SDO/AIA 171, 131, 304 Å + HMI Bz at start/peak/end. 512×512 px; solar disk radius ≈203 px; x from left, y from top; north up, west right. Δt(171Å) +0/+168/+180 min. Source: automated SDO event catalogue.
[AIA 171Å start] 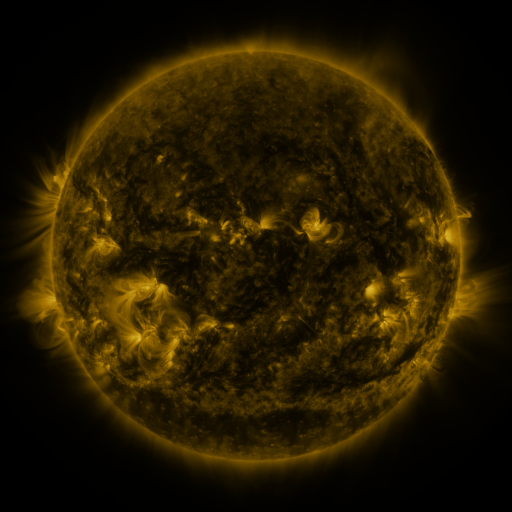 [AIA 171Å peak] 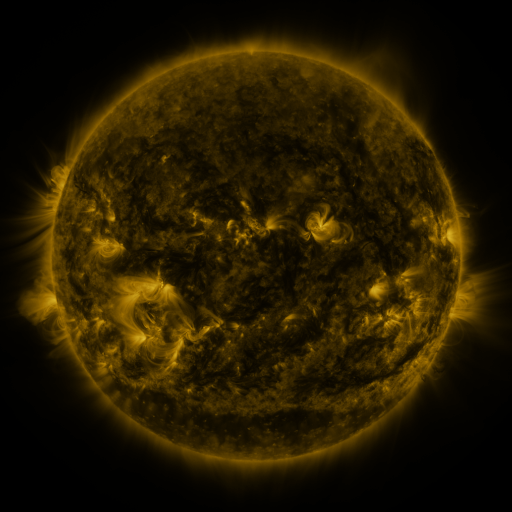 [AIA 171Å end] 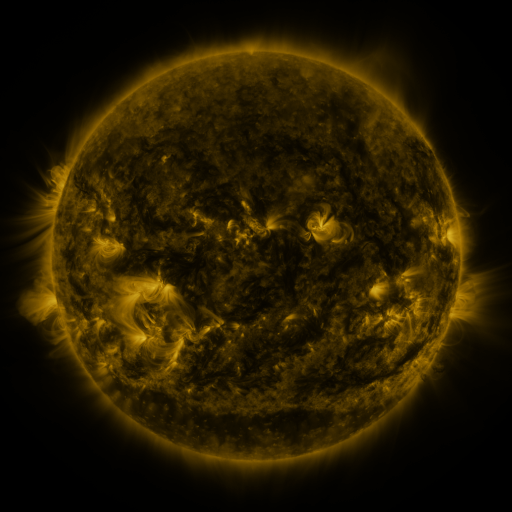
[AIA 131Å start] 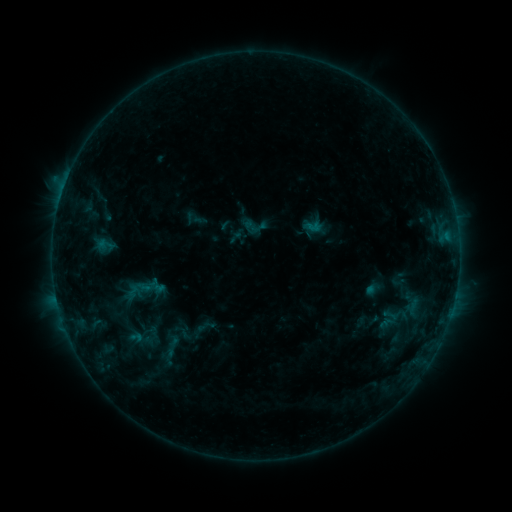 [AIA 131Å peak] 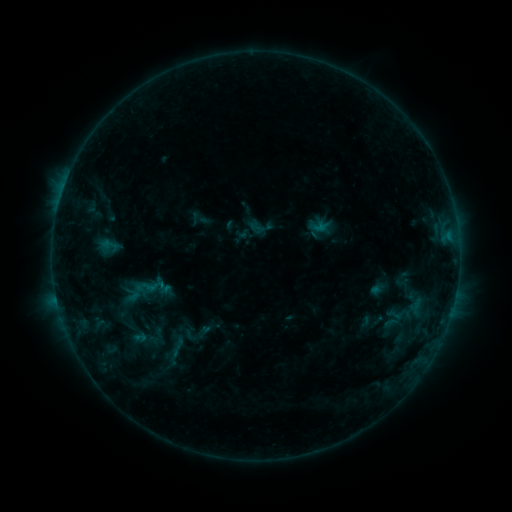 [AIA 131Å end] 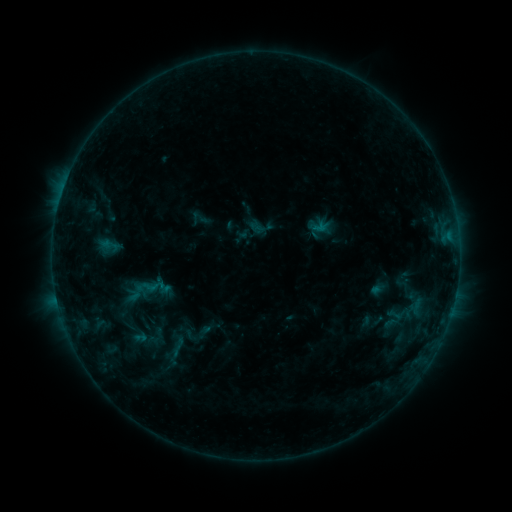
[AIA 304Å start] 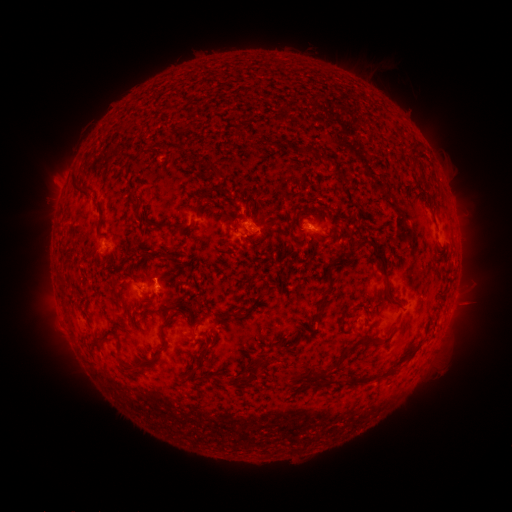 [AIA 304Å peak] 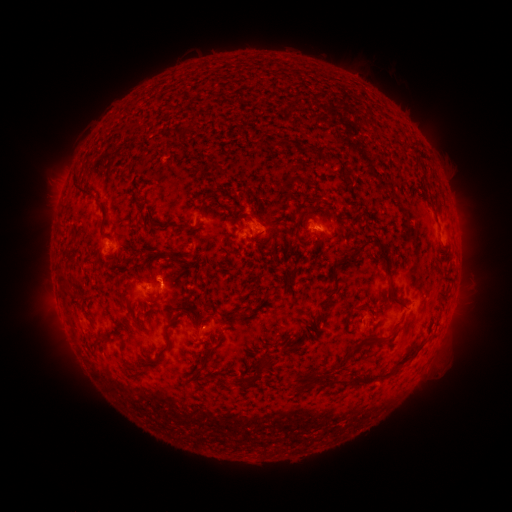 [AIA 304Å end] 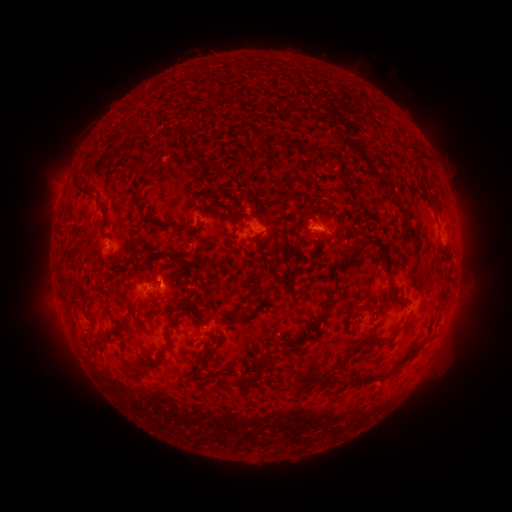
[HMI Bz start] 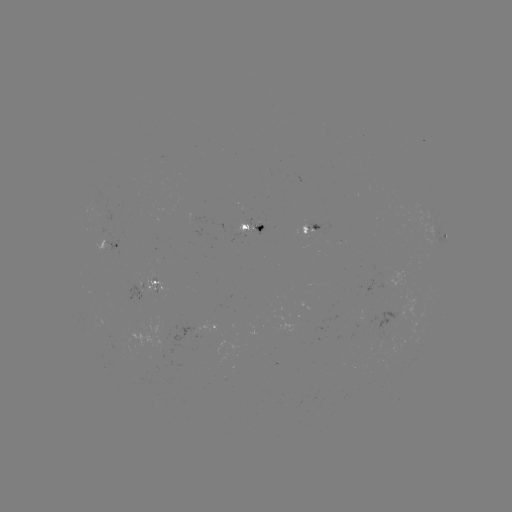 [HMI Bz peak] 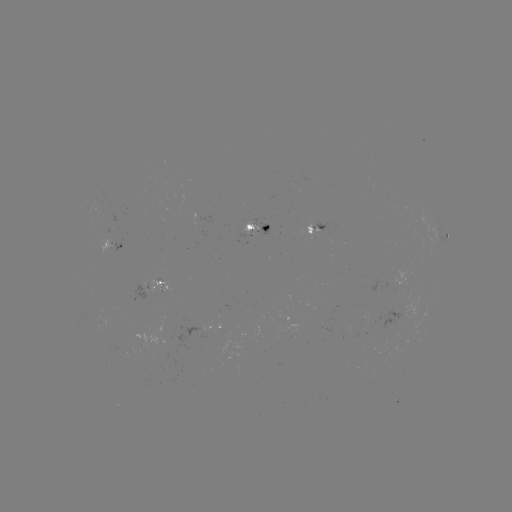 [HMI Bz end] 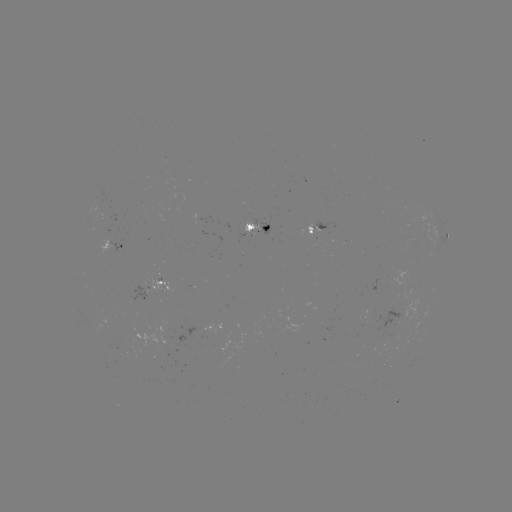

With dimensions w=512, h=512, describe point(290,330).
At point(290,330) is emerging-flux region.